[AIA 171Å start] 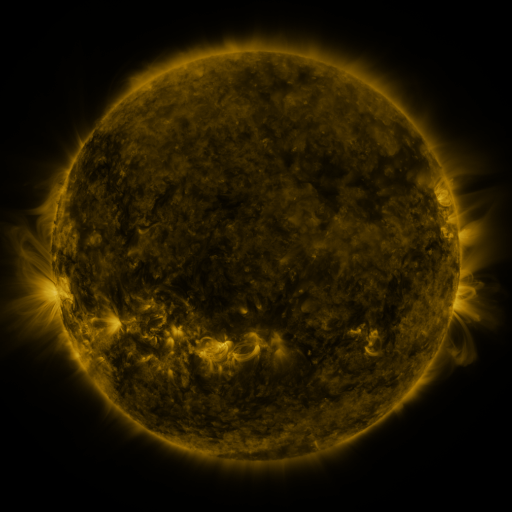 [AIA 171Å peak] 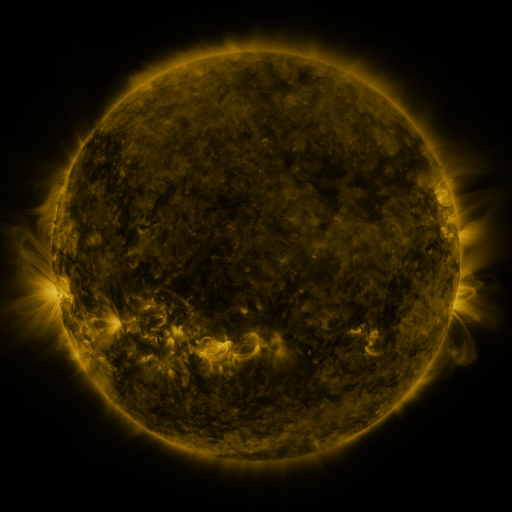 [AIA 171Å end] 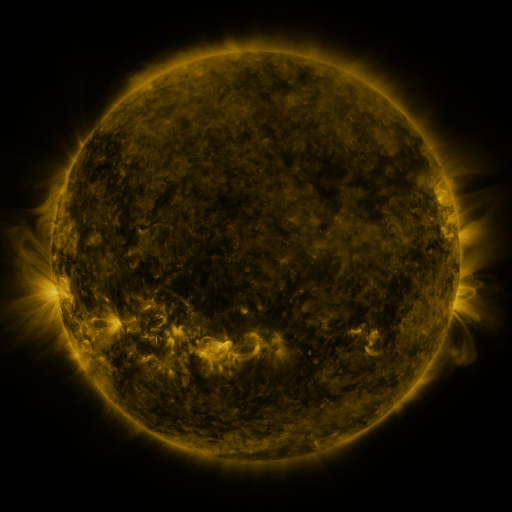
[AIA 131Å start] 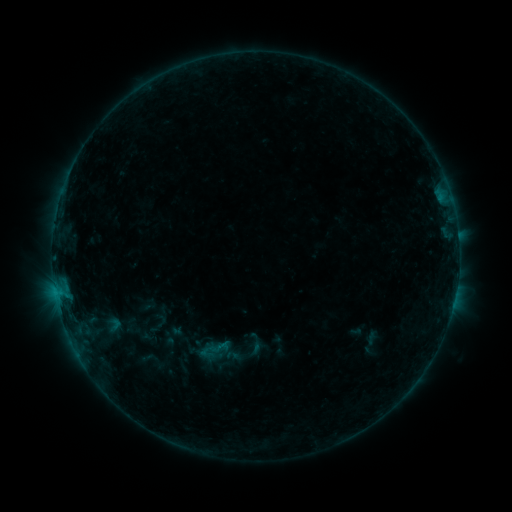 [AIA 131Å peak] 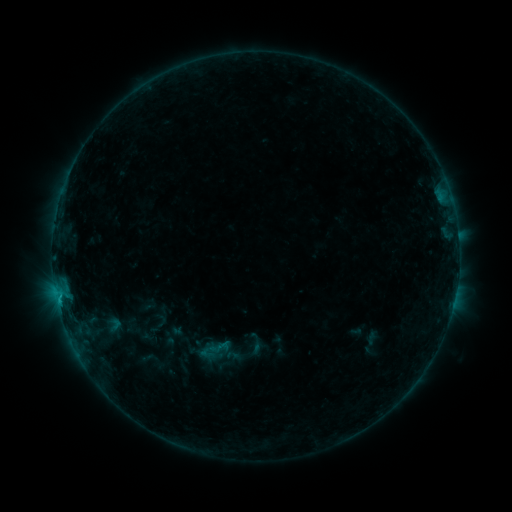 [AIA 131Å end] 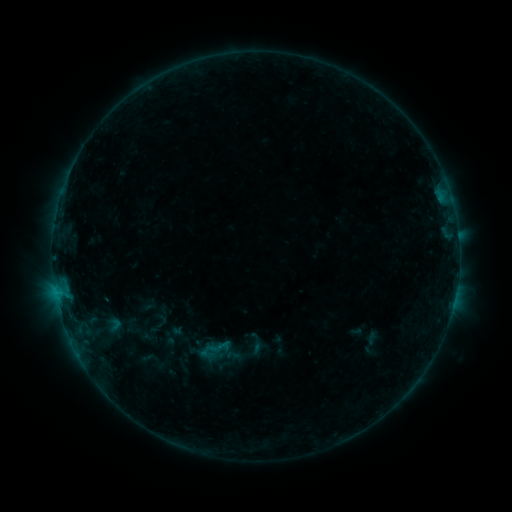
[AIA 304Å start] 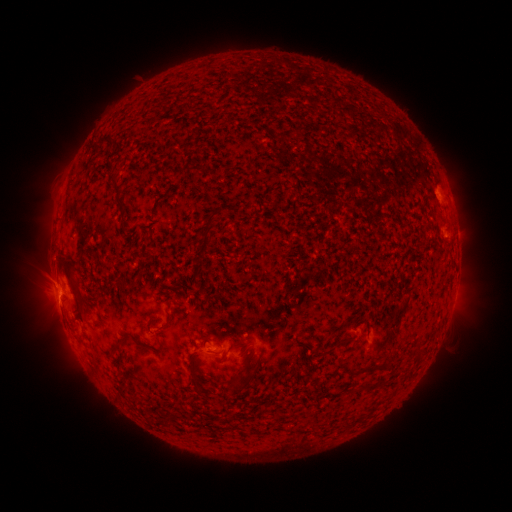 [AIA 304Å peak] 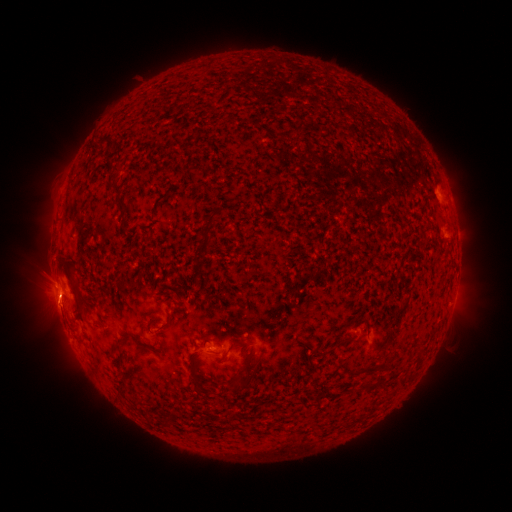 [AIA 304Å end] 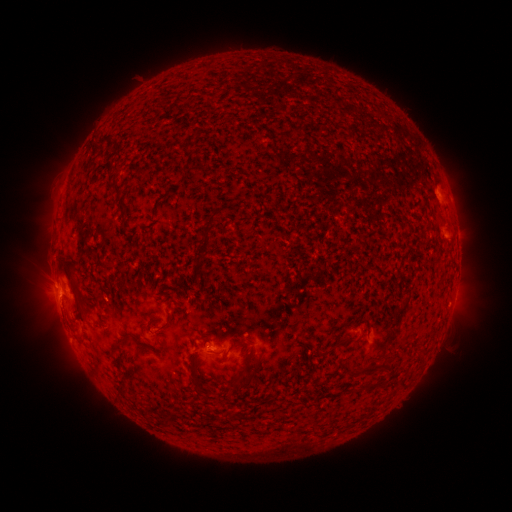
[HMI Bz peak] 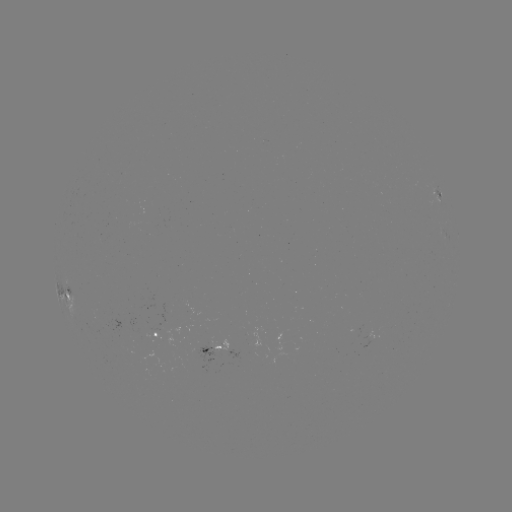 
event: flare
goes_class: B4.5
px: (59, 295)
